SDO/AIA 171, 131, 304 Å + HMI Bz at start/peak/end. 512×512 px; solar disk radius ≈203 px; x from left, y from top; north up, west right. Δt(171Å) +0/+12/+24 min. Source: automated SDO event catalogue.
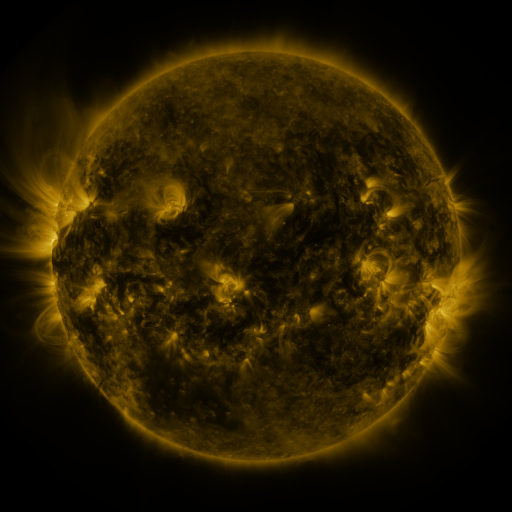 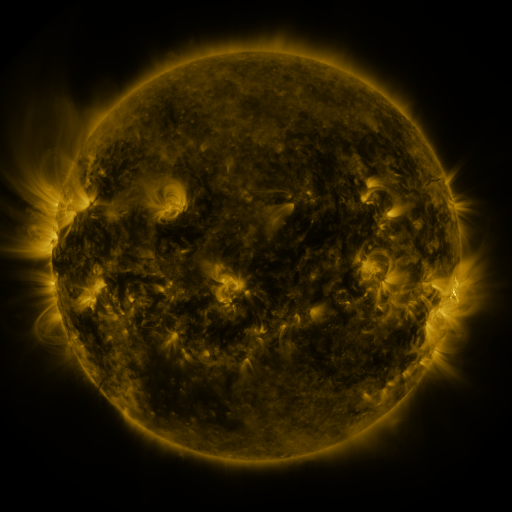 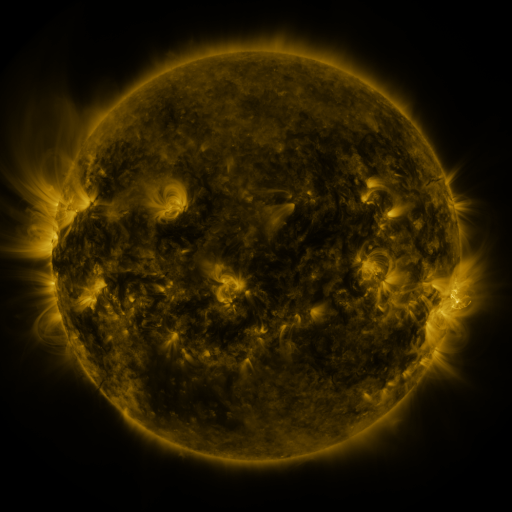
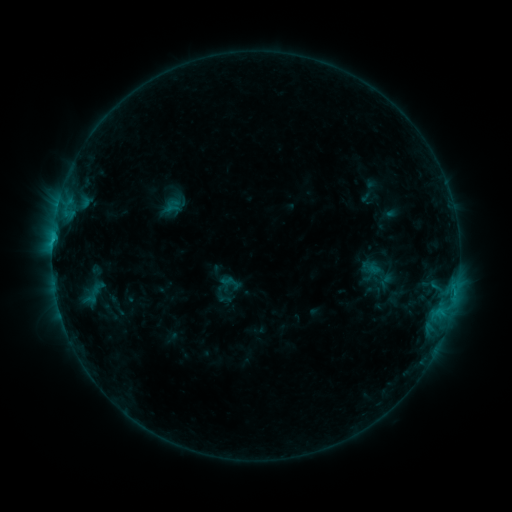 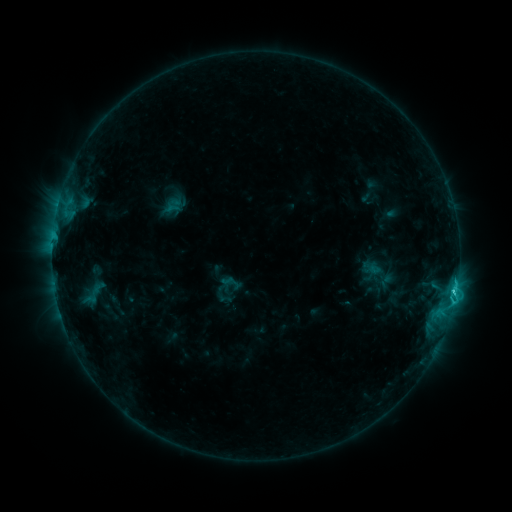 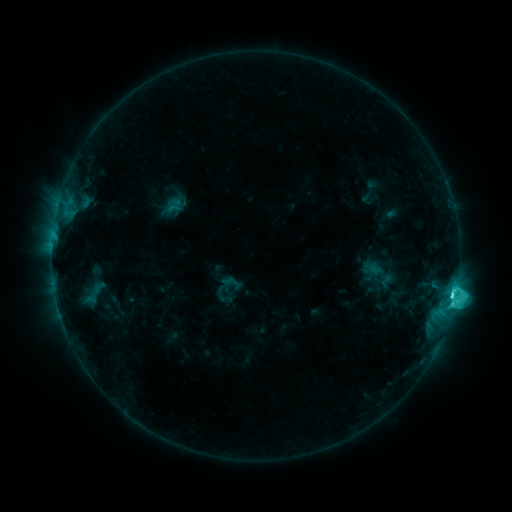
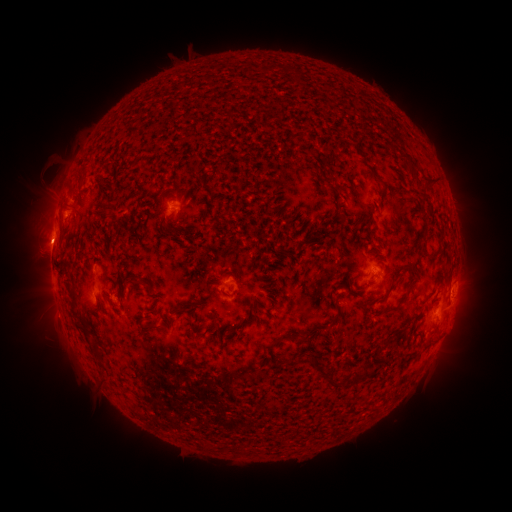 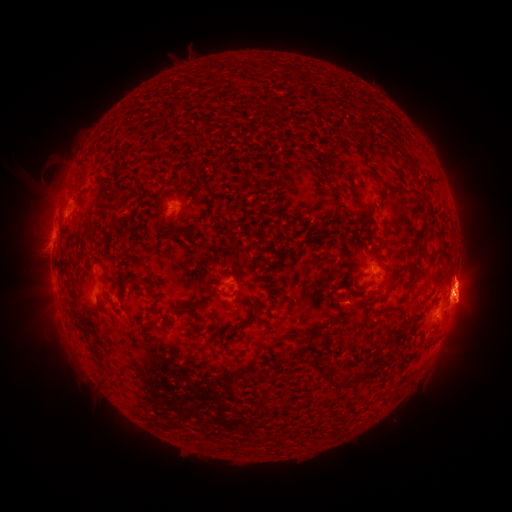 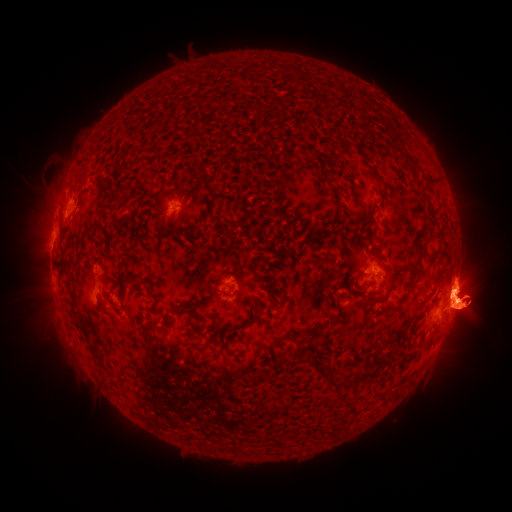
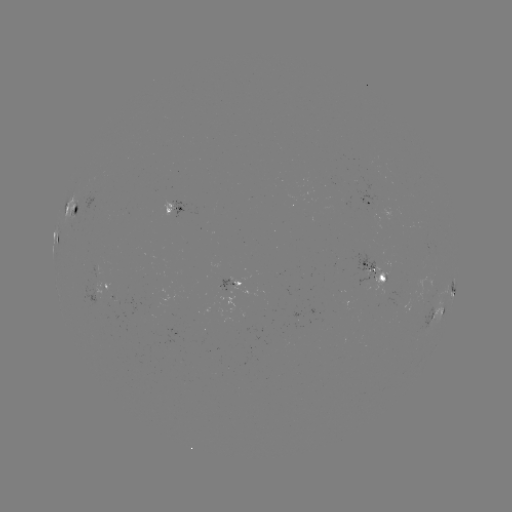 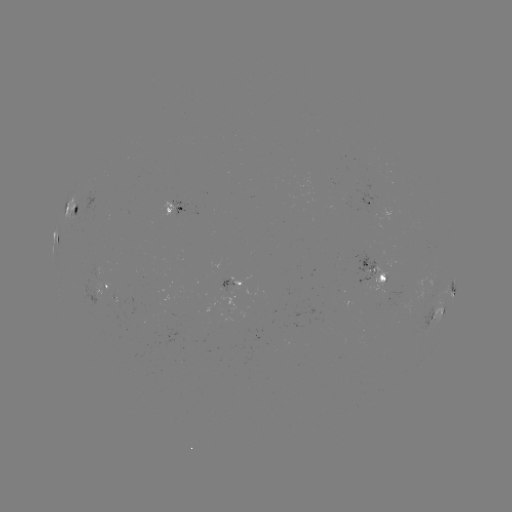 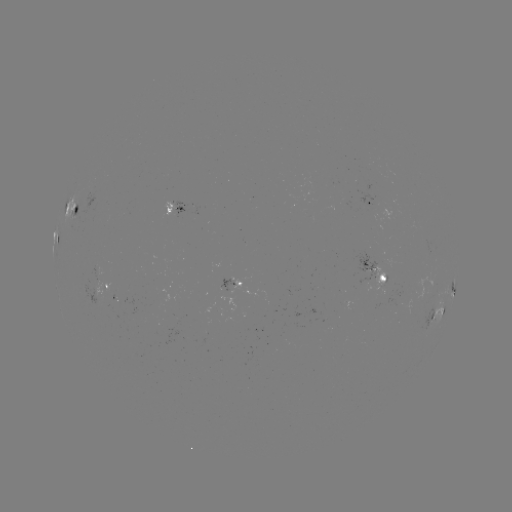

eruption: (384, 193, 511, 388)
